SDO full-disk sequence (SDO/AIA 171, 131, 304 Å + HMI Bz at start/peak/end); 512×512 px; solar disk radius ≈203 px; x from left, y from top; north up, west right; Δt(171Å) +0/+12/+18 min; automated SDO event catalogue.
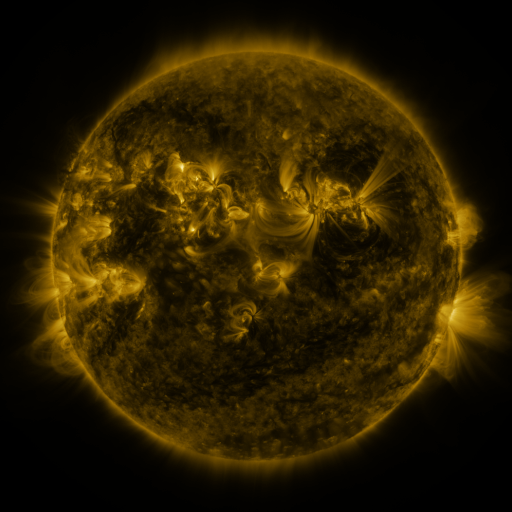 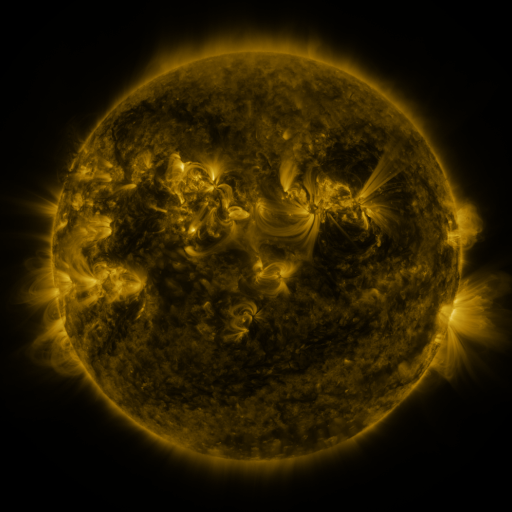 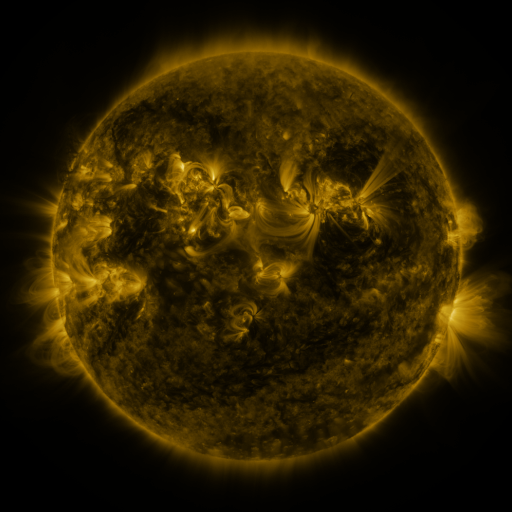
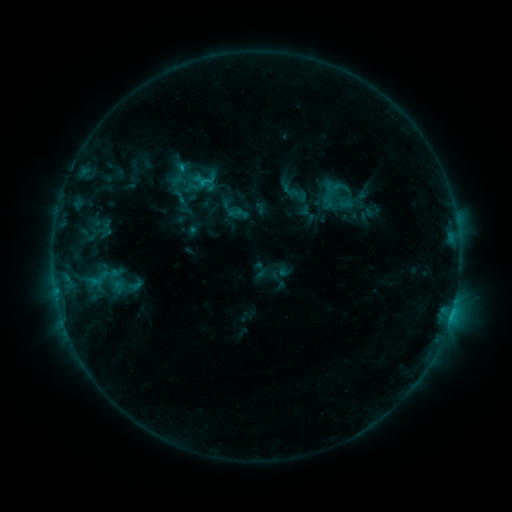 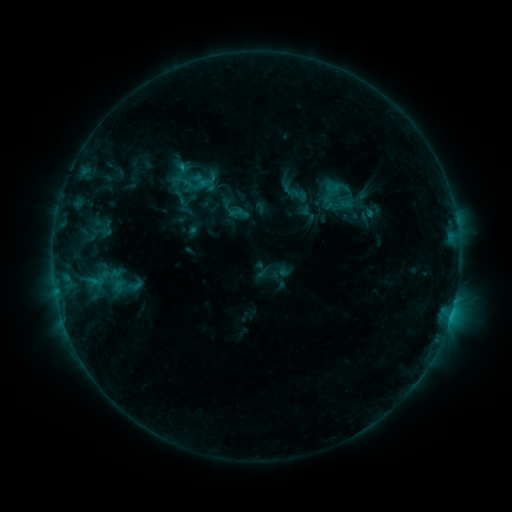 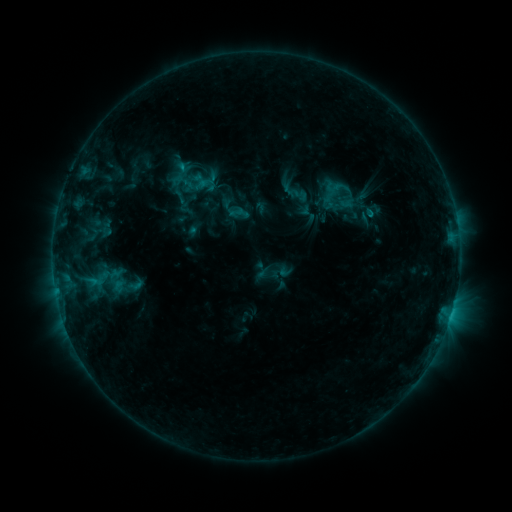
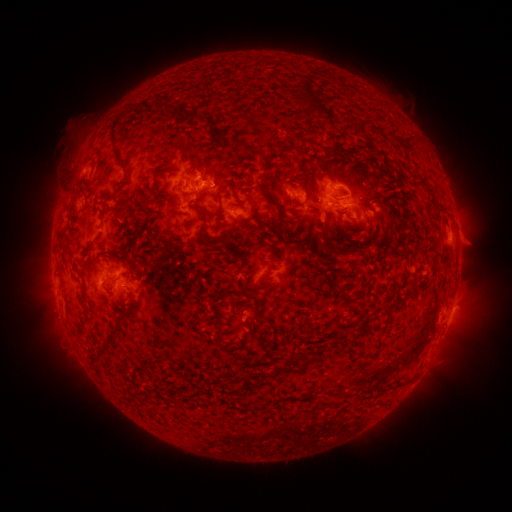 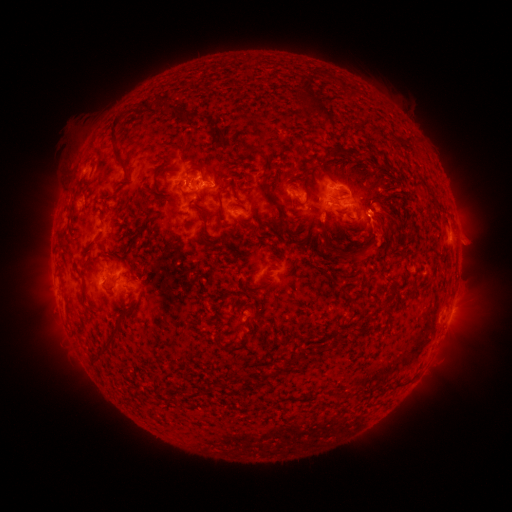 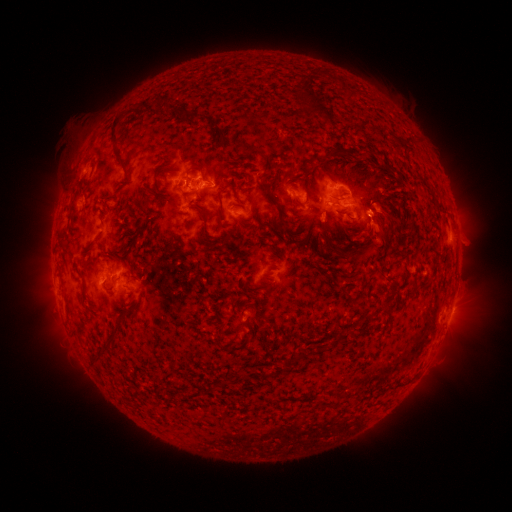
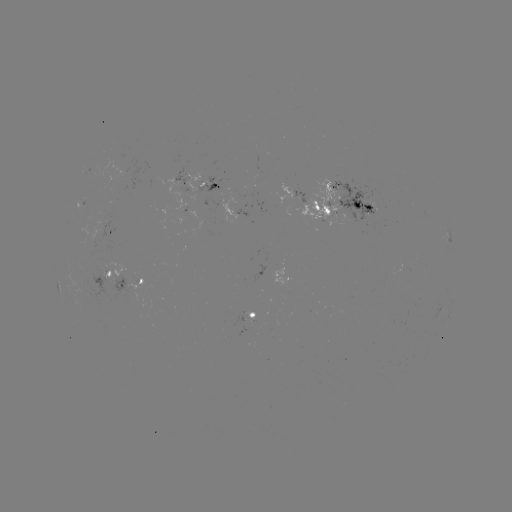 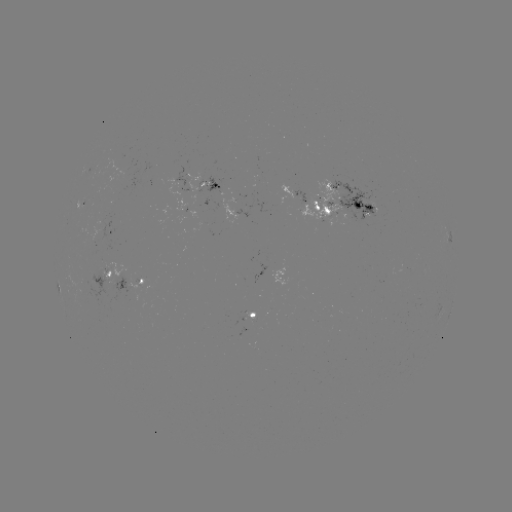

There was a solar eruption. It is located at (380, 230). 